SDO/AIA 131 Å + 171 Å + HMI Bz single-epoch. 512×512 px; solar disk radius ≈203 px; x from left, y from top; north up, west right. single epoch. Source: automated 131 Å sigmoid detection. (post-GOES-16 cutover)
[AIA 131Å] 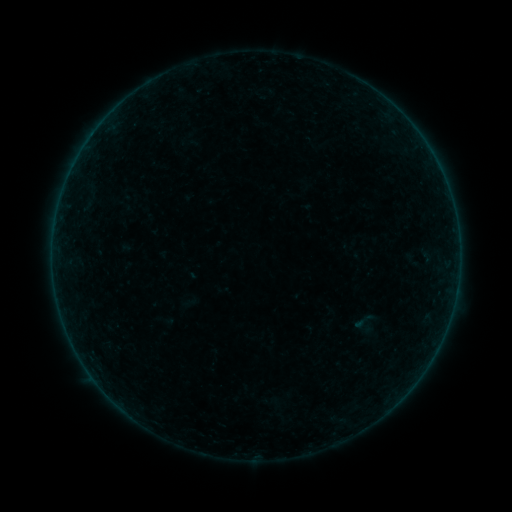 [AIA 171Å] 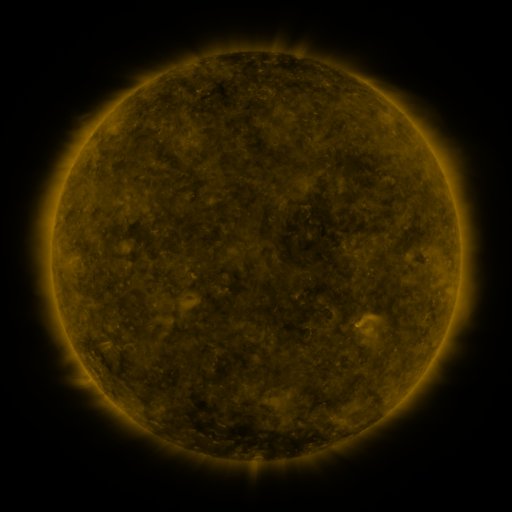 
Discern sigmoid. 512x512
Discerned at [364, 321].